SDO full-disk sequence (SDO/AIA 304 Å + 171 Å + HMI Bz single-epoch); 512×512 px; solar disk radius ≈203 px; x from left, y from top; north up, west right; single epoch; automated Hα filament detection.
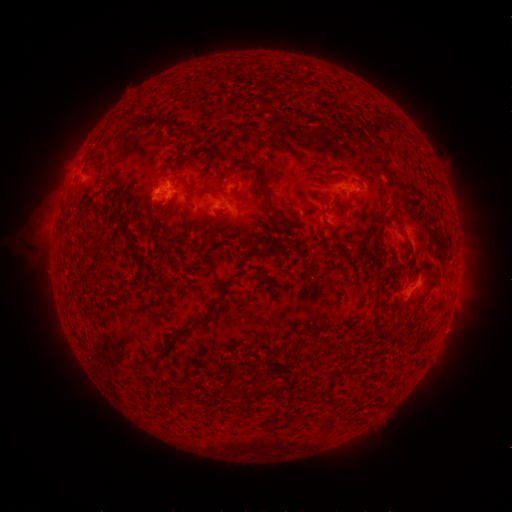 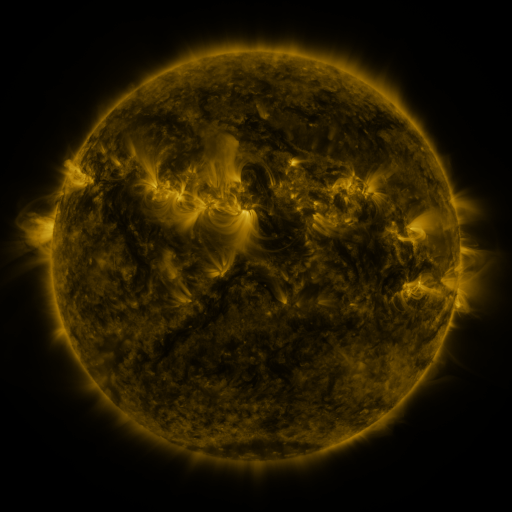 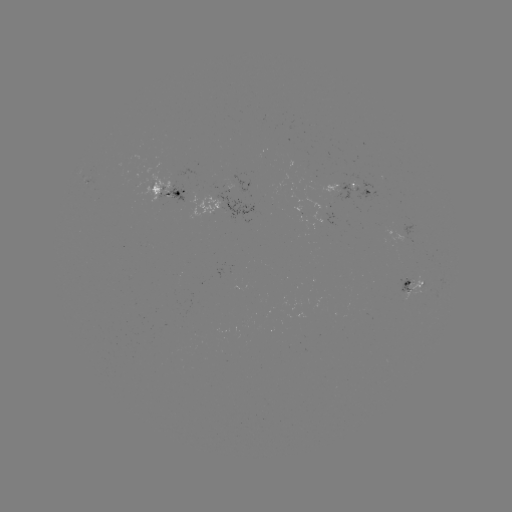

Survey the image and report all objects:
filament: <bbox>312, 104, 330, 115</bbox>
filament: <bbox>252, 132, 265, 142</bbox>
filament: <bbox>275, 140, 290, 150</bbox>
filament: <bbox>95, 166, 110, 181</bbox>
filament: <bbox>254, 178, 271, 202</bbox>
filament: <bbox>321, 206, 328, 219</bbox>
filament: <bbox>269, 207, 280, 223</bbox>
filament: <bbox>380, 214, 402, 228</bbox>
filament: <bbox>123, 225, 129, 236</bbox>
filament: <bbox>406, 241, 415, 272</bbox>
filament: <bbox>422, 261, 438, 289</bbox>
filament: <bbox>372, 279, 385, 297</bbox>
filament: <bbox>201, 294, 224, 324</bbox>
filament: <bbox>429, 303, 445, 312</bbox>
filament: <bbox>332, 325, 341, 333</bbox>
filament: <bbox>345, 326, 355, 336</bbox>
filament: <bbox>268, 346, 285, 361</bbox>
filament: <bbox>147, 356, 157, 364</bbox>
filament: <bbox>219, 367, 241, 395</bbox>
filament: <bbox>243, 378, 268, 398</bbox>
filament: <bbox>265, 382, 280, 394</bbox>
